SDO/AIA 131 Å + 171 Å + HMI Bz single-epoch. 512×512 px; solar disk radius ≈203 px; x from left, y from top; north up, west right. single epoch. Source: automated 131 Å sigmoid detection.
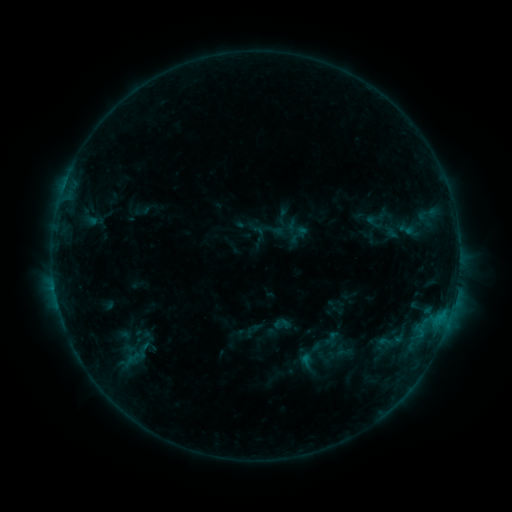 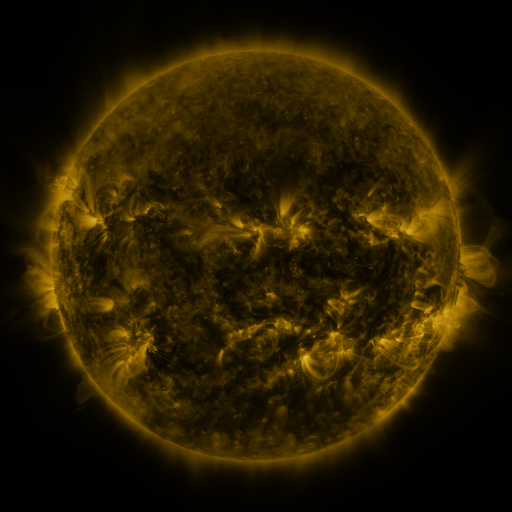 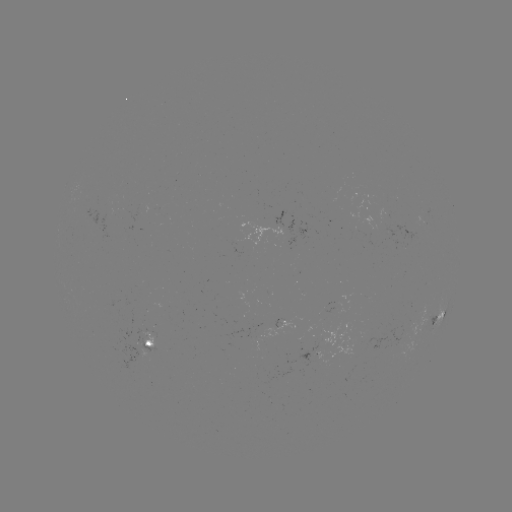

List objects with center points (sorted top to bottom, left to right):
sigmoid: (362, 213, 385, 231)
sigmoid: (396, 221, 416, 237)
sigmoid: (131, 339, 158, 360)
